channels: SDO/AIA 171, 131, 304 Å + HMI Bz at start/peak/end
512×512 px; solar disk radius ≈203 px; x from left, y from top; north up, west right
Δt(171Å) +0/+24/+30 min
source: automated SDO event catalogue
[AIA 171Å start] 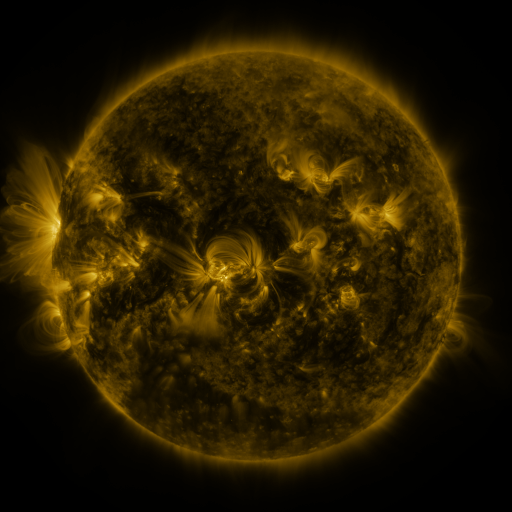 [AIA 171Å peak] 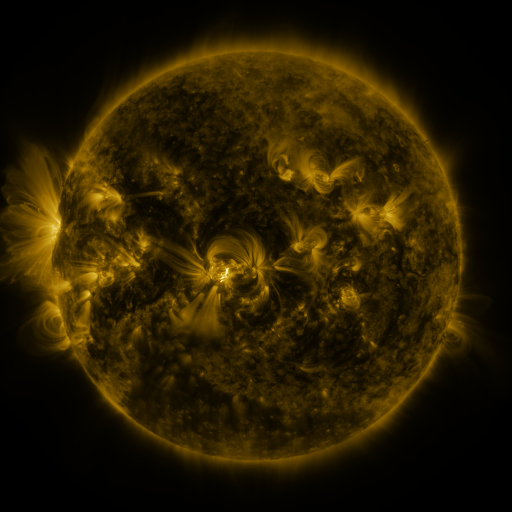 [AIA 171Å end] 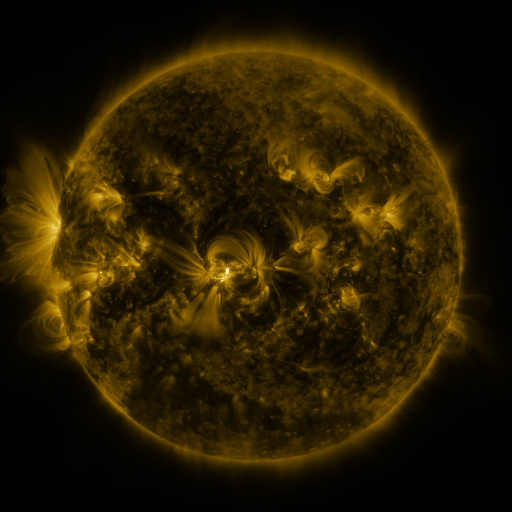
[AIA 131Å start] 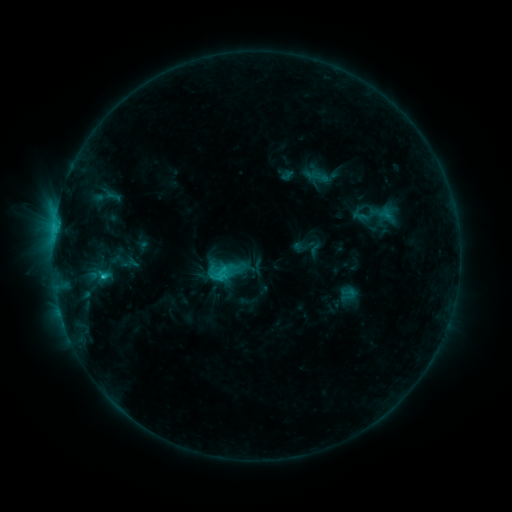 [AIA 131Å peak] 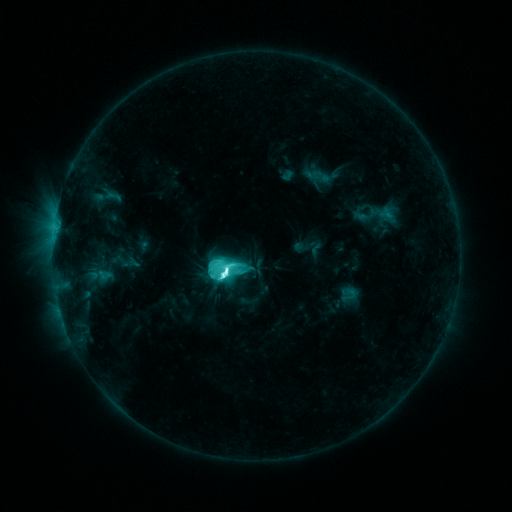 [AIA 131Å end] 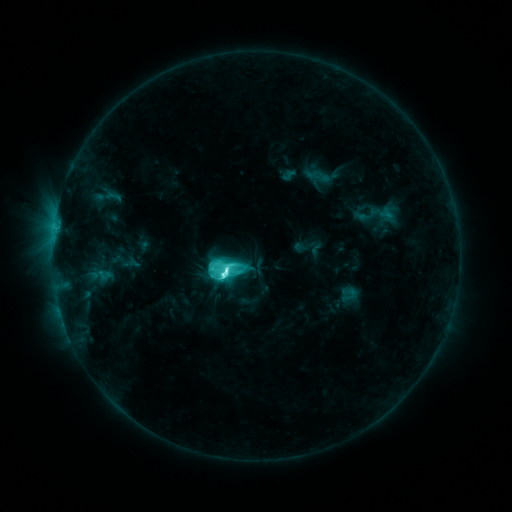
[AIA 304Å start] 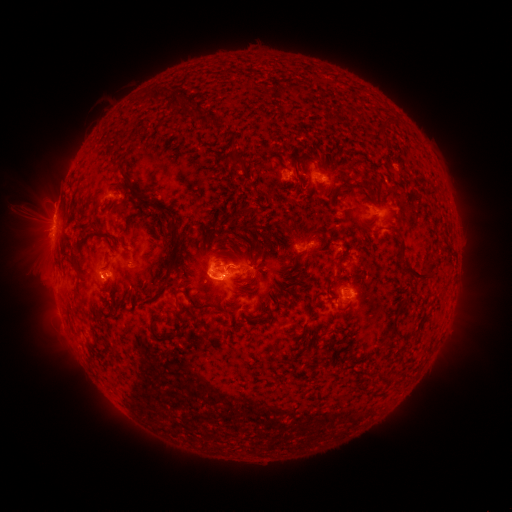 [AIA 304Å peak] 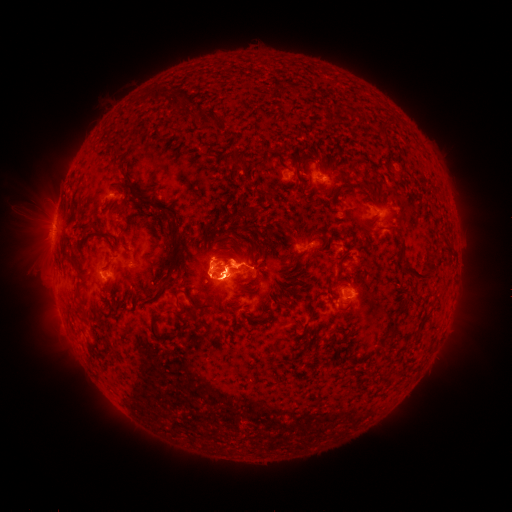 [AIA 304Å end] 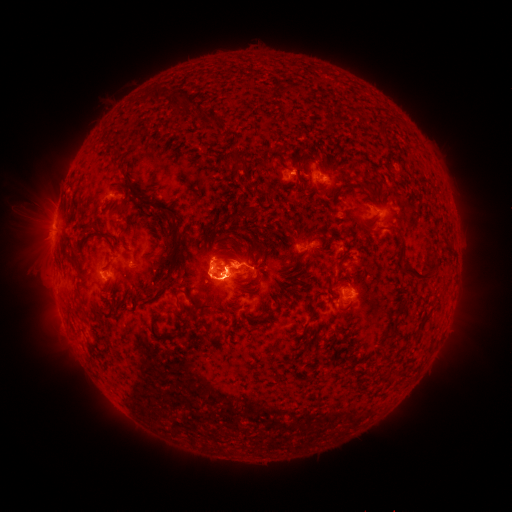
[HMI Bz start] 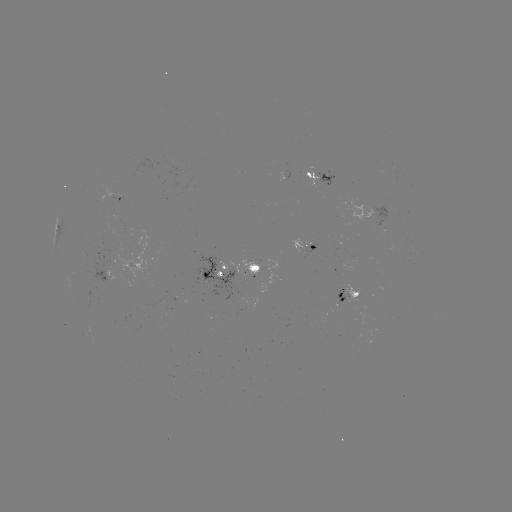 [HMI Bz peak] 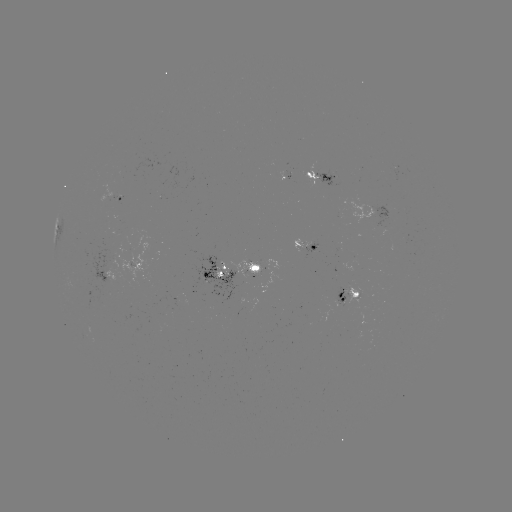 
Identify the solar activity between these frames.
M1.4 flare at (228, 271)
